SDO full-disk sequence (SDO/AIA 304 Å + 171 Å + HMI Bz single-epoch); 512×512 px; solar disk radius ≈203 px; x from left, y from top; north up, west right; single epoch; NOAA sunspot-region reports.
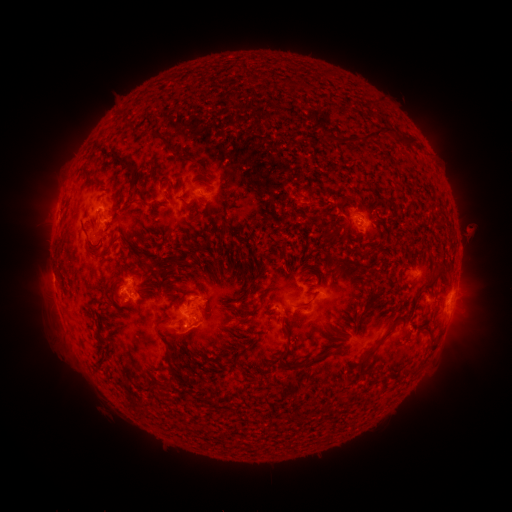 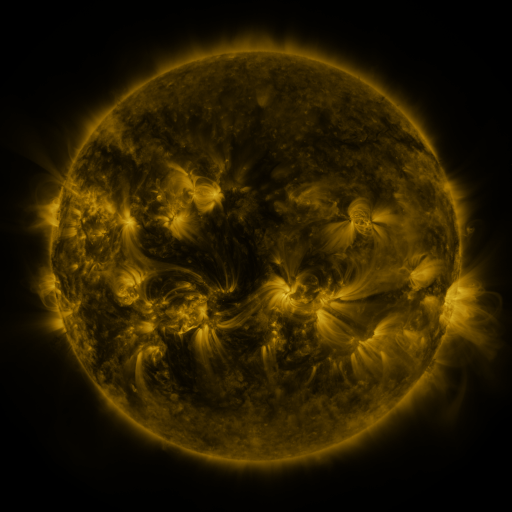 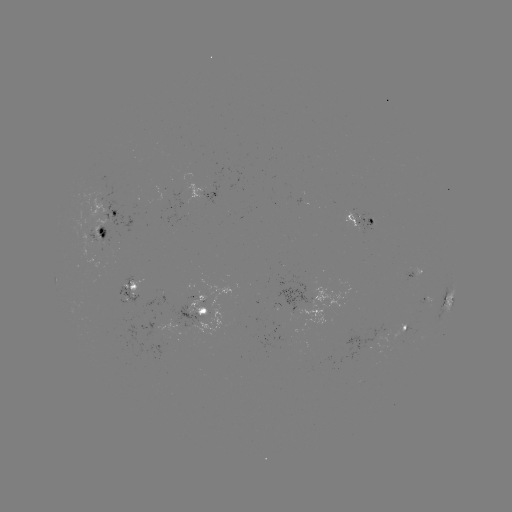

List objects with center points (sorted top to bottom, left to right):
spotted active region: (209, 191)
spotted active region: (117, 212)
spotted active region: (362, 219)
spotted active region: (101, 229)
spotted active region: (415, 276)
spotted active region: (131, 286)
spotted active region: (450, 297)
spotted active region: (426, 300)
spotted active region: (198, 307)
spotted active region: (405, 327)
